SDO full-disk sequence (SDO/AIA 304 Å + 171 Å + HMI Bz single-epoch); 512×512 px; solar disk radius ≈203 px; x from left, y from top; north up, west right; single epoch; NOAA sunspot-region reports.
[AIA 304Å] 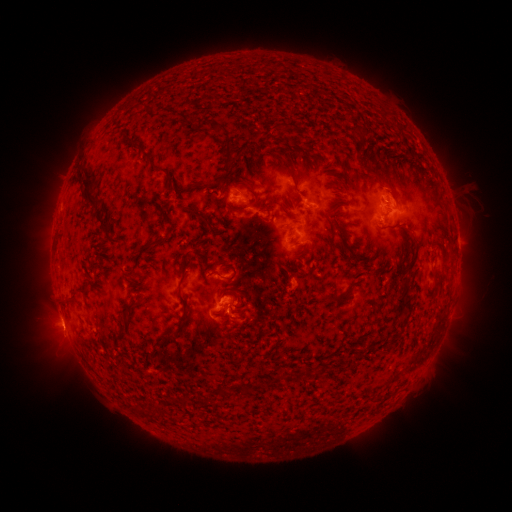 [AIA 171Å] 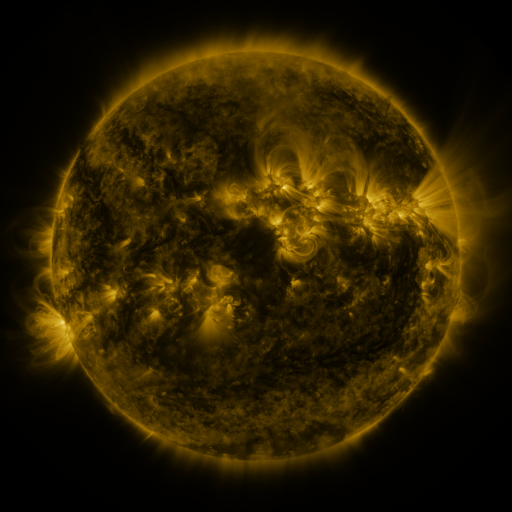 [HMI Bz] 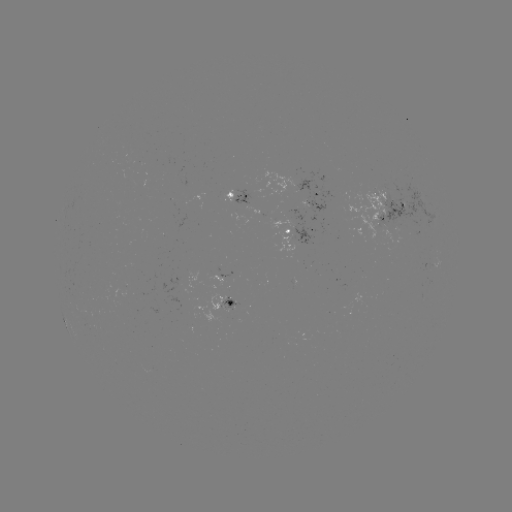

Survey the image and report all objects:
spotted active region: (238, 197)
spotted active region: (309, 197)
spotted active region: (390, 204)
spotted active region: (301, 236)
spotted active region: (217, 282)
spotted active region: (231, 303)
